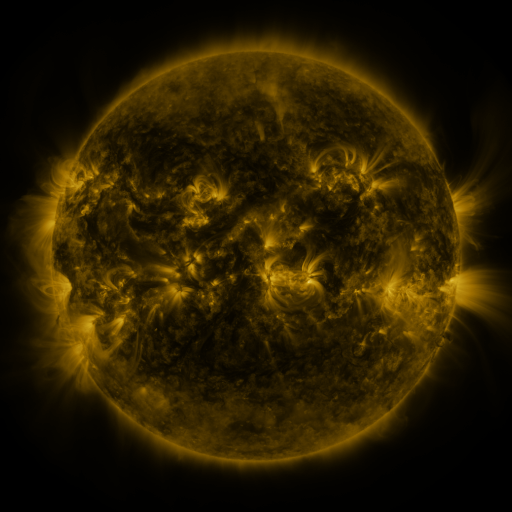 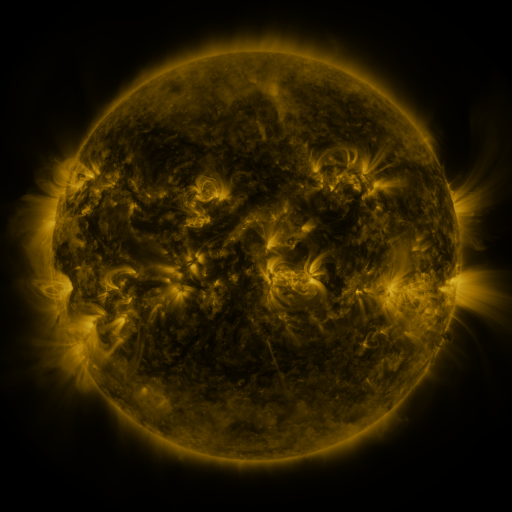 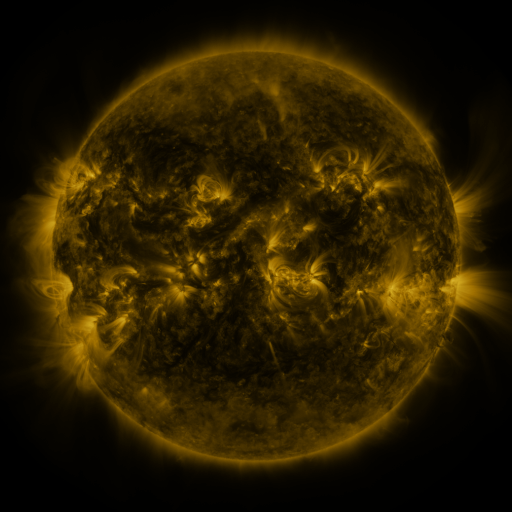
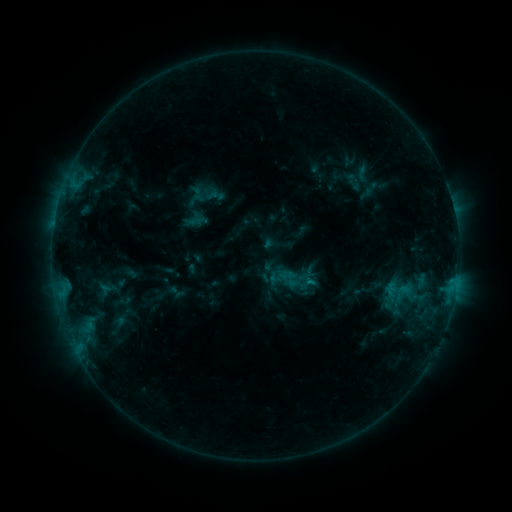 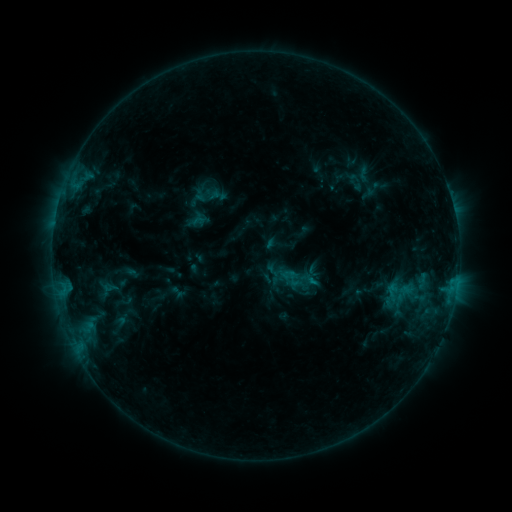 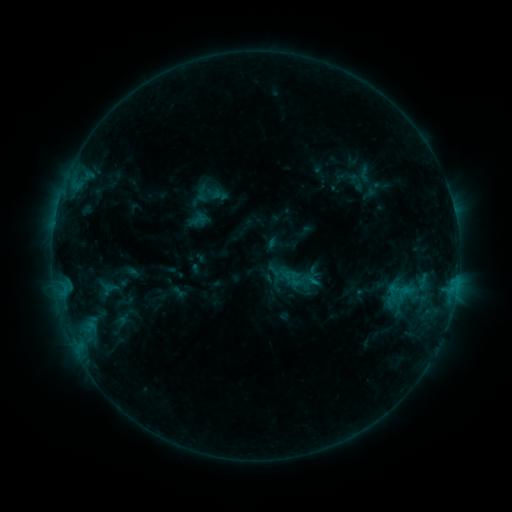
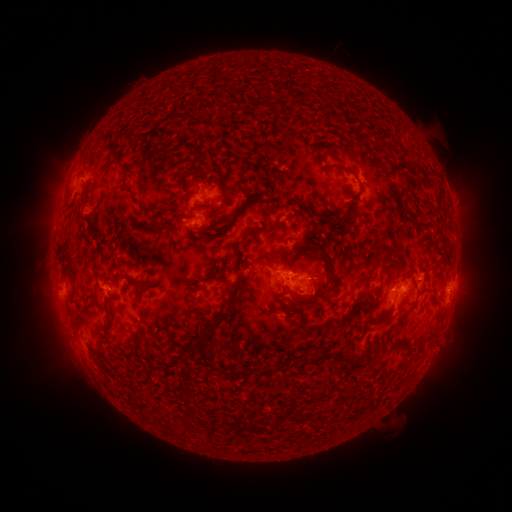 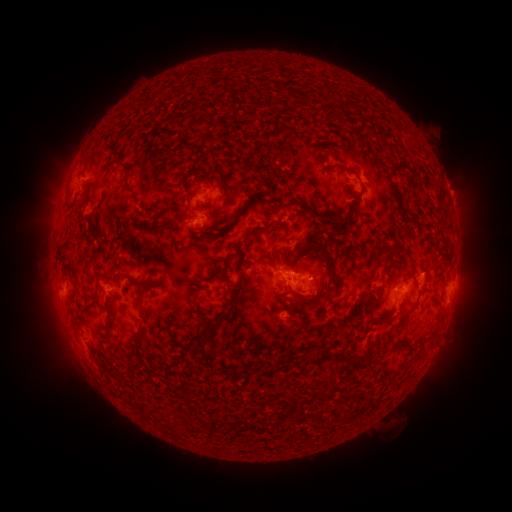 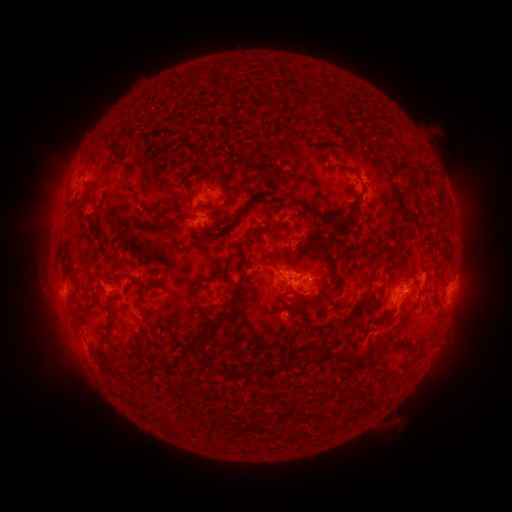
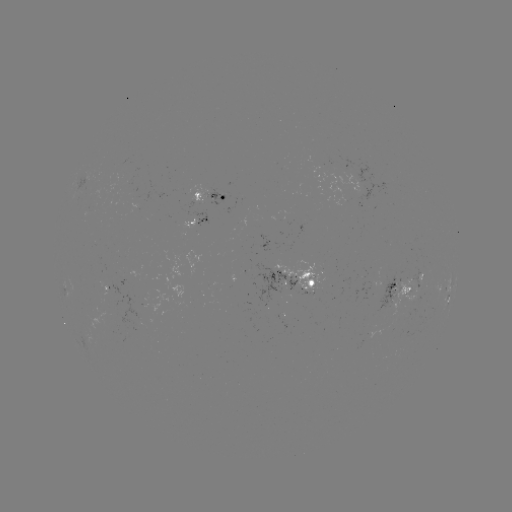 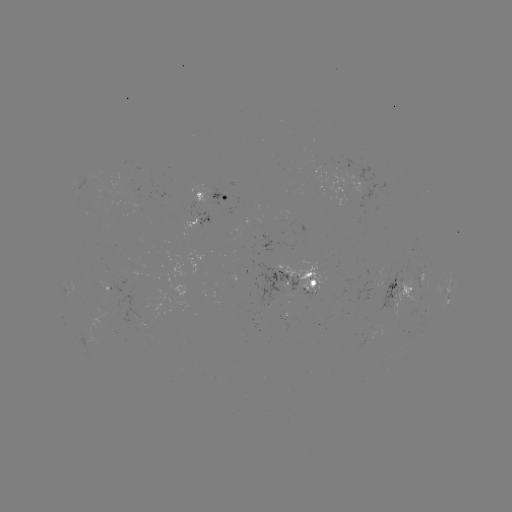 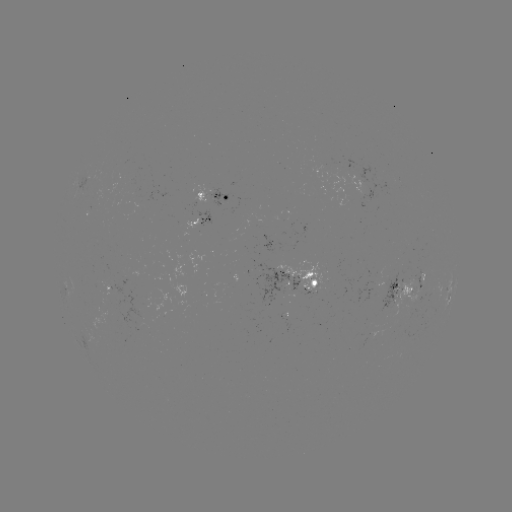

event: emerging-flux region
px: (418, 276)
